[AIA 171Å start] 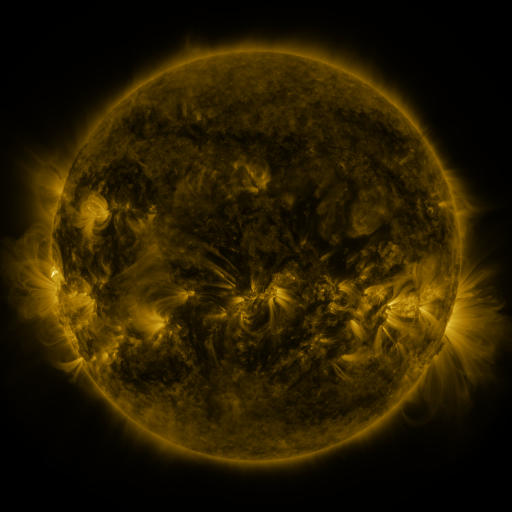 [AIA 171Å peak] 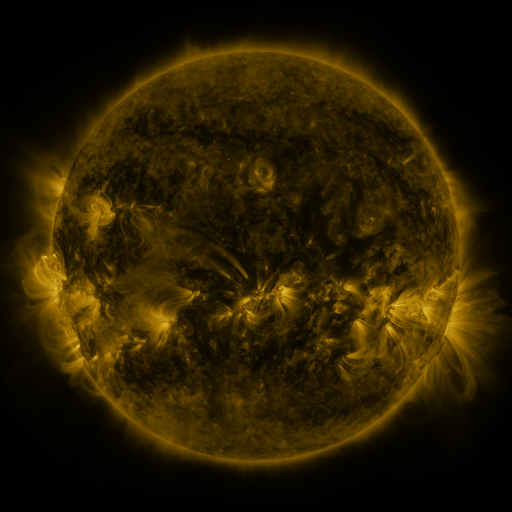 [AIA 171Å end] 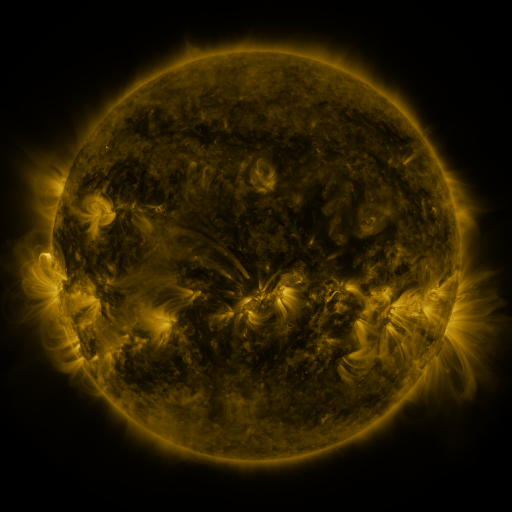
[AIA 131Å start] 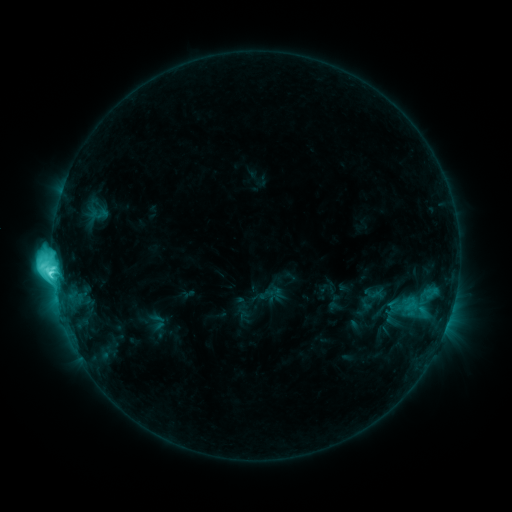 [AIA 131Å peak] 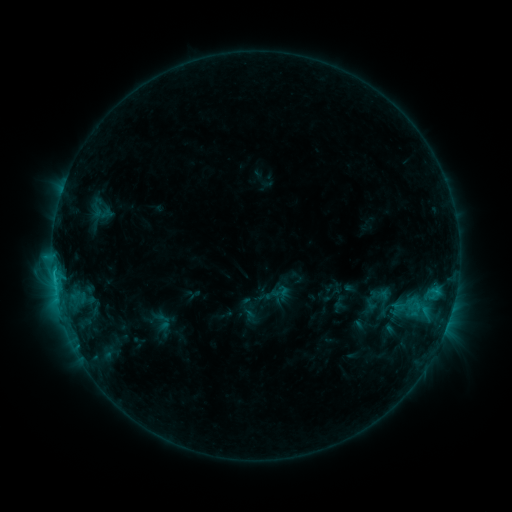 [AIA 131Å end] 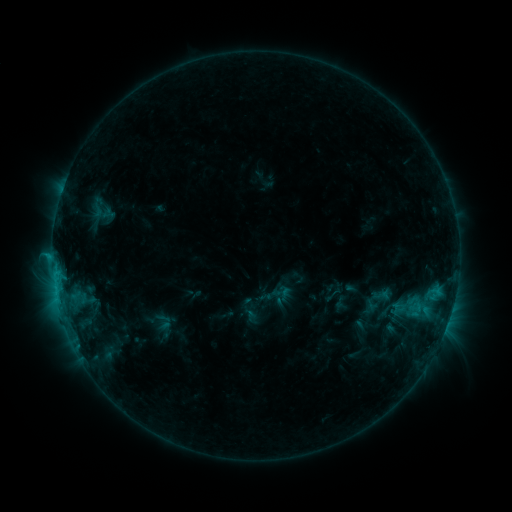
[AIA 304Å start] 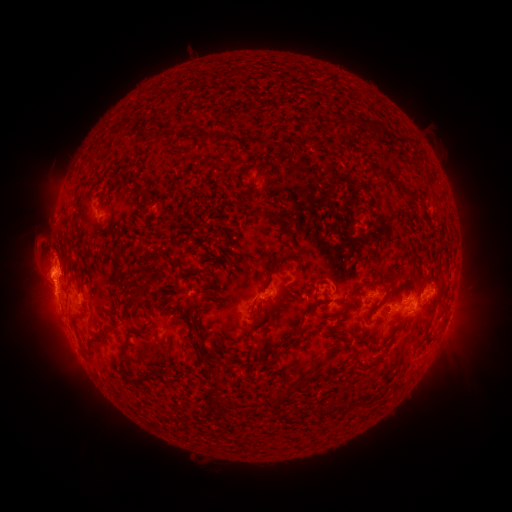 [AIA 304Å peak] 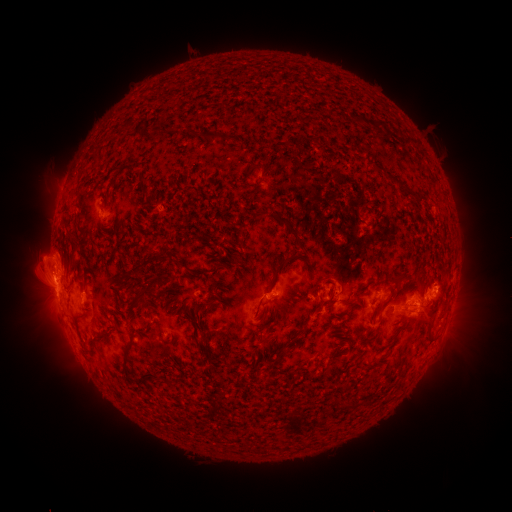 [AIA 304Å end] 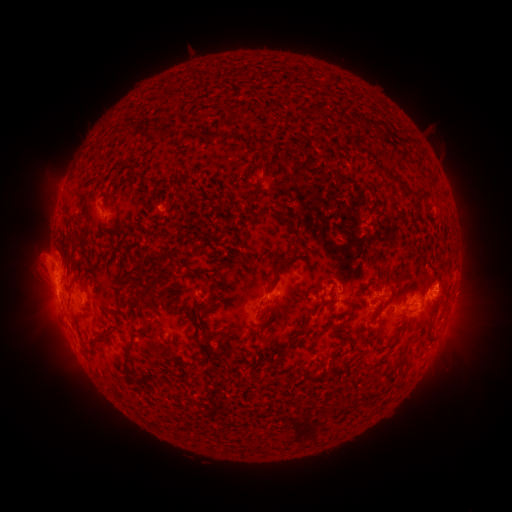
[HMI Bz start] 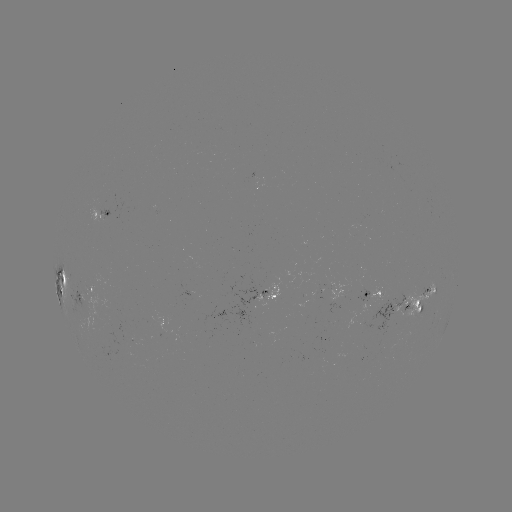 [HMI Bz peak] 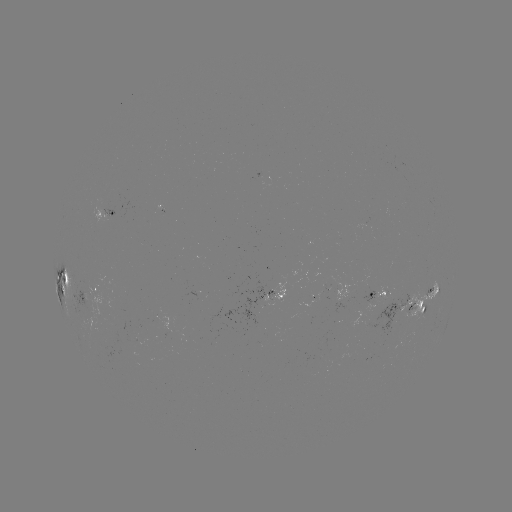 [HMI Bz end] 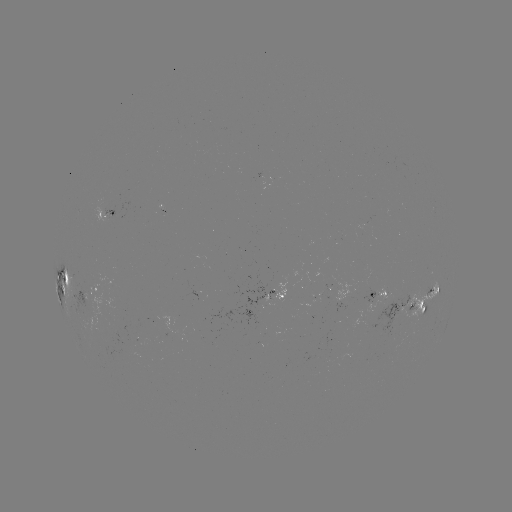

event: emerging-flux region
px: (310, 302)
